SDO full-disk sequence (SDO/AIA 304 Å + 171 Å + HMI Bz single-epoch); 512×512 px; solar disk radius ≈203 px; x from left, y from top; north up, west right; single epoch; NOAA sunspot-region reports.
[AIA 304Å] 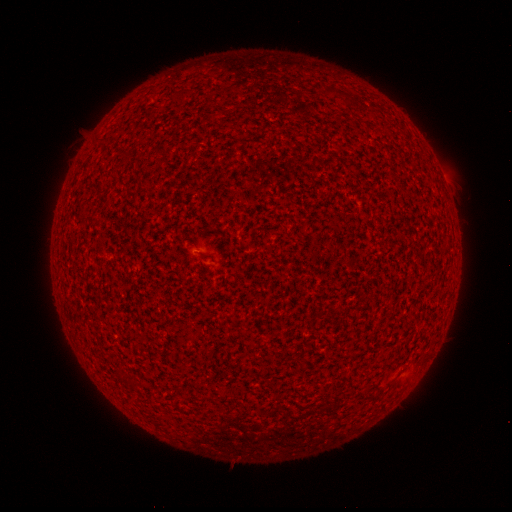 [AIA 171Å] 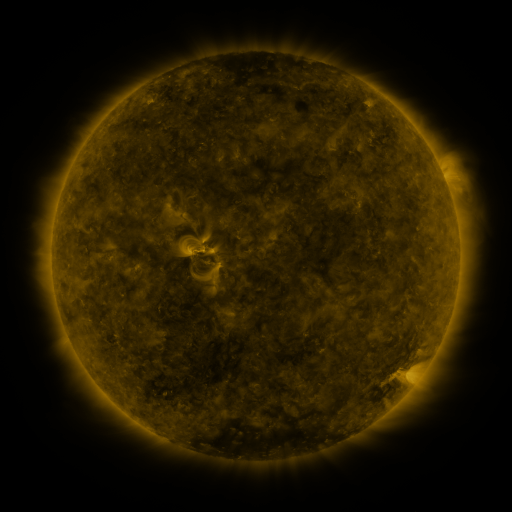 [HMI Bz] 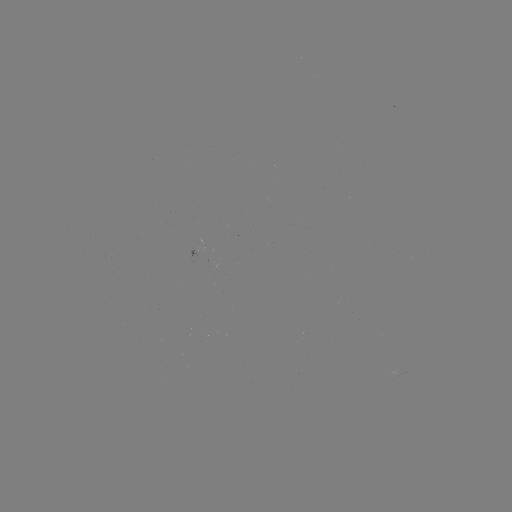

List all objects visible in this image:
(none)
